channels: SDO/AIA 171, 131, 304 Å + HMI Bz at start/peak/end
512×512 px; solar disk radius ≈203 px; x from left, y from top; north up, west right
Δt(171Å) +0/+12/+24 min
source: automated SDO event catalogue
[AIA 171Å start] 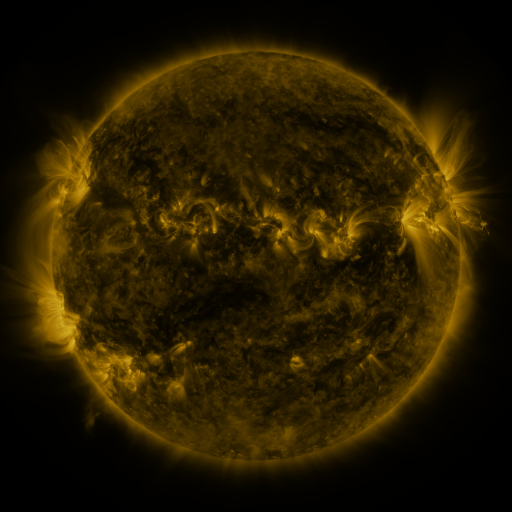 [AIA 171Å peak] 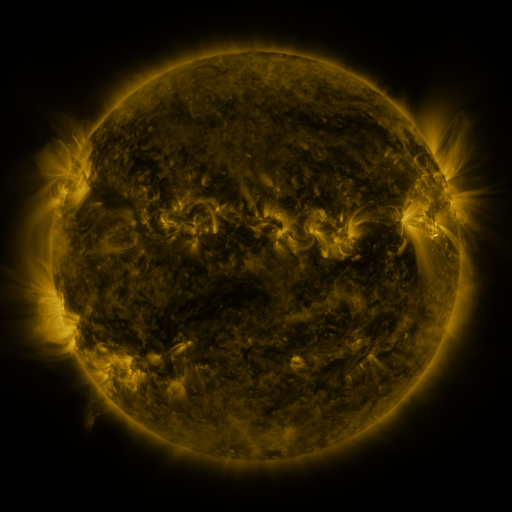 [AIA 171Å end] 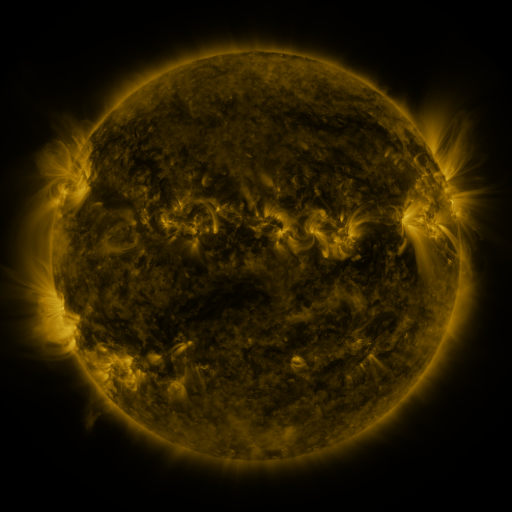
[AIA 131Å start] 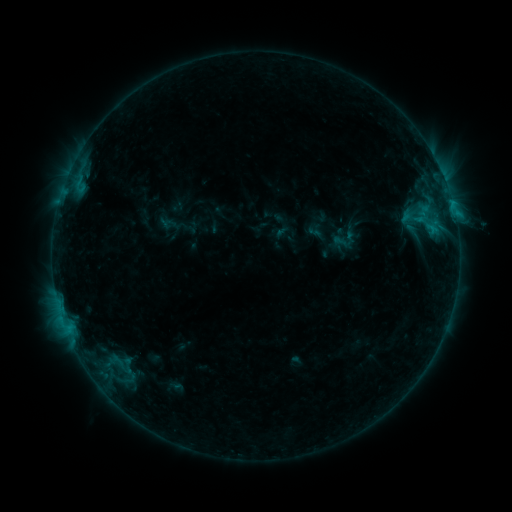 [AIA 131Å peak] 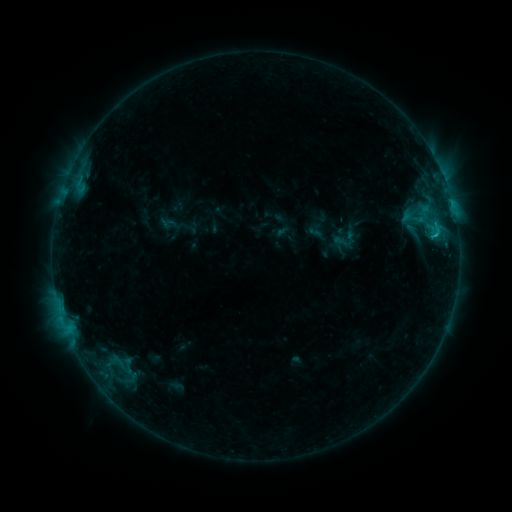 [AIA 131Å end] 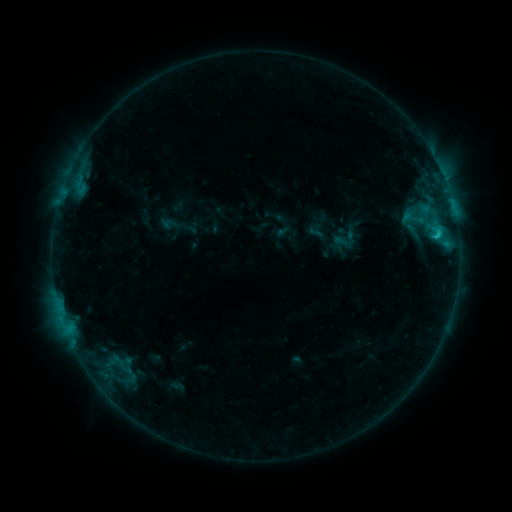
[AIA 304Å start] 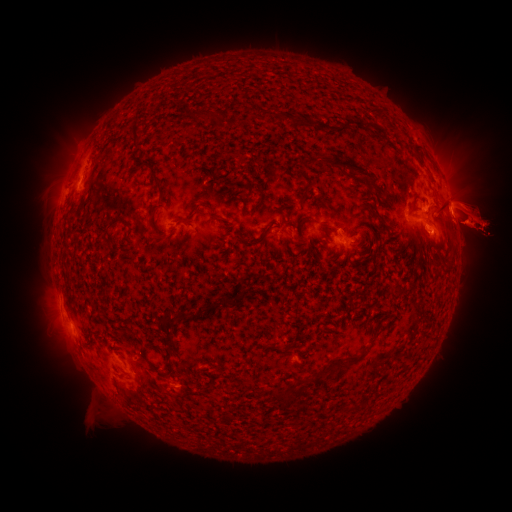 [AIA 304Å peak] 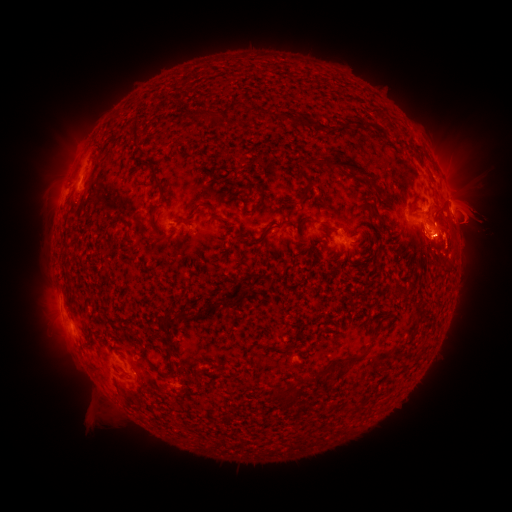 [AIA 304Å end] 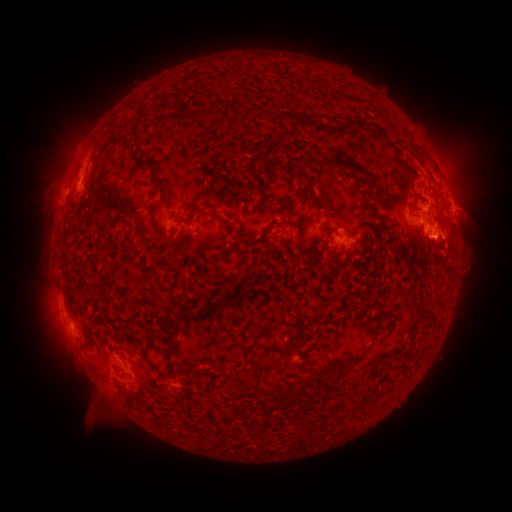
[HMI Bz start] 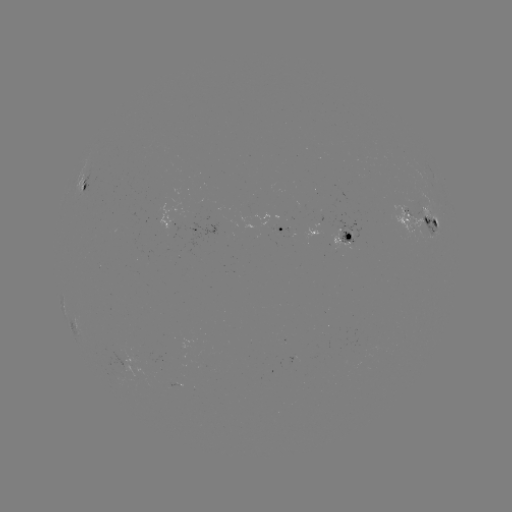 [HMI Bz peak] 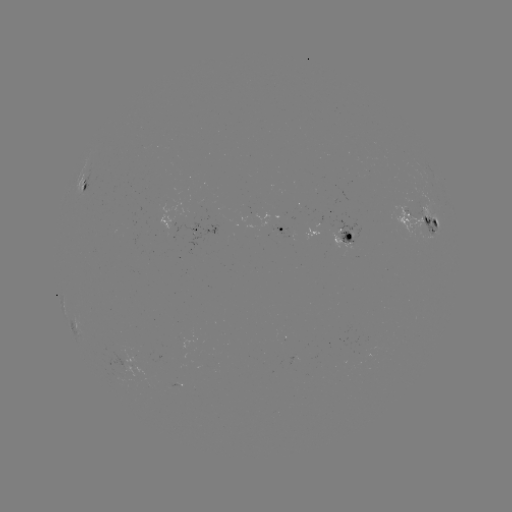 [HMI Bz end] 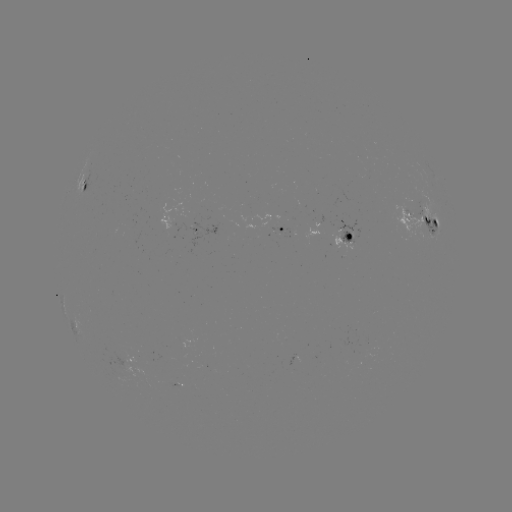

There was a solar eruption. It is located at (468, 228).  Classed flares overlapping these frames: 1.